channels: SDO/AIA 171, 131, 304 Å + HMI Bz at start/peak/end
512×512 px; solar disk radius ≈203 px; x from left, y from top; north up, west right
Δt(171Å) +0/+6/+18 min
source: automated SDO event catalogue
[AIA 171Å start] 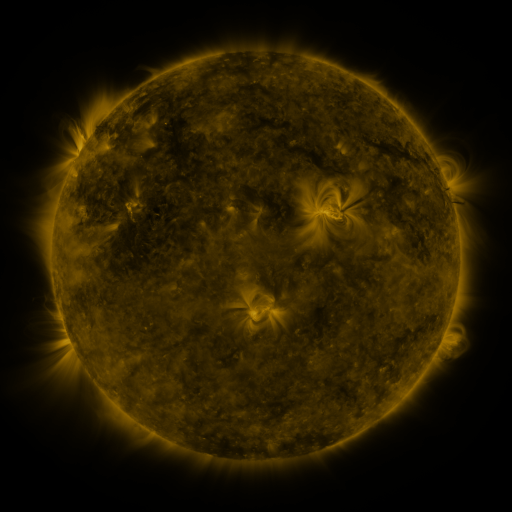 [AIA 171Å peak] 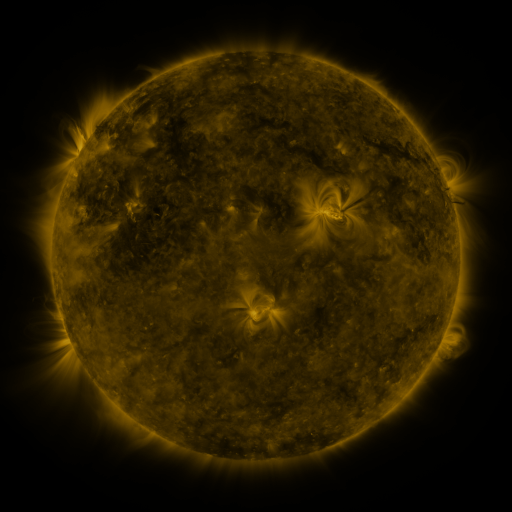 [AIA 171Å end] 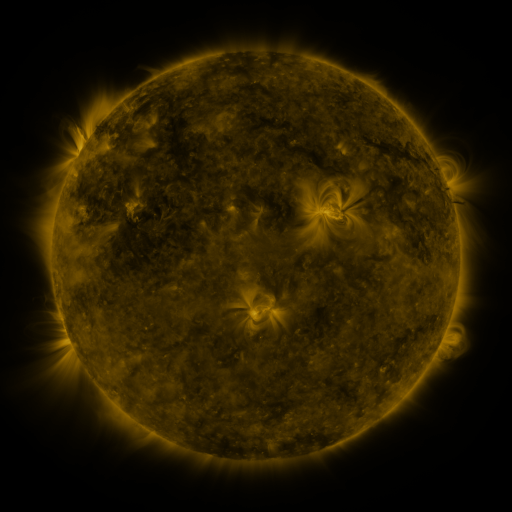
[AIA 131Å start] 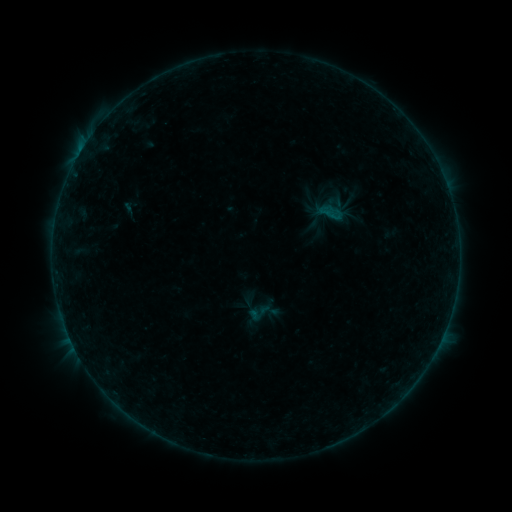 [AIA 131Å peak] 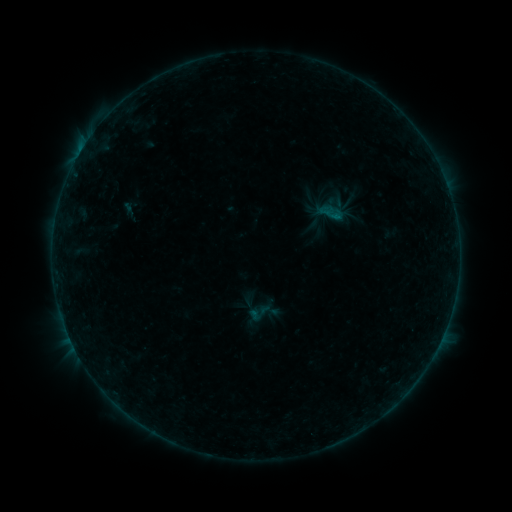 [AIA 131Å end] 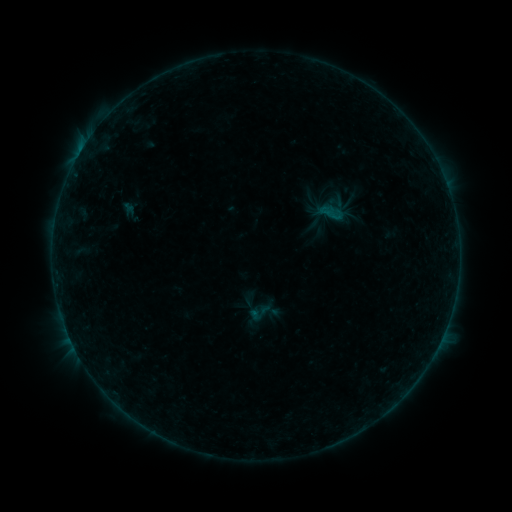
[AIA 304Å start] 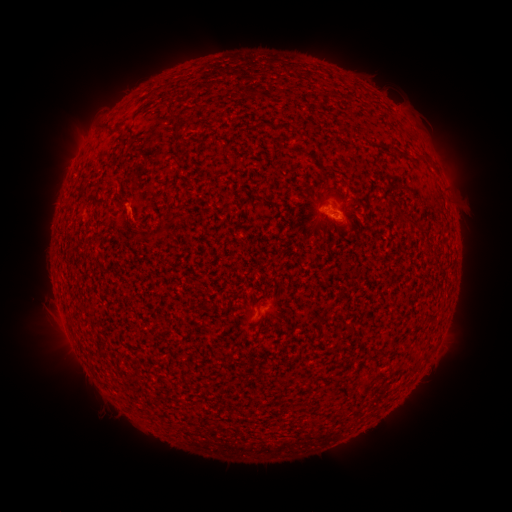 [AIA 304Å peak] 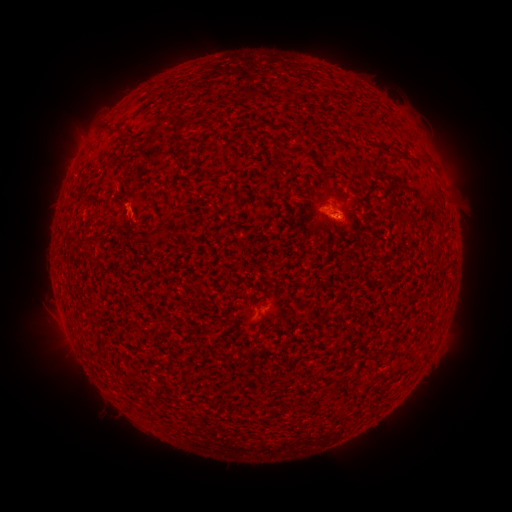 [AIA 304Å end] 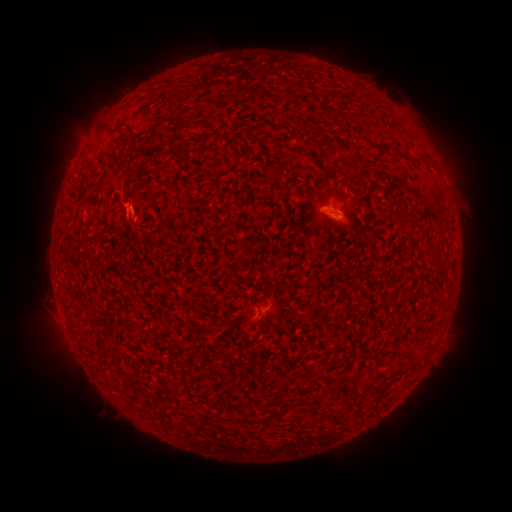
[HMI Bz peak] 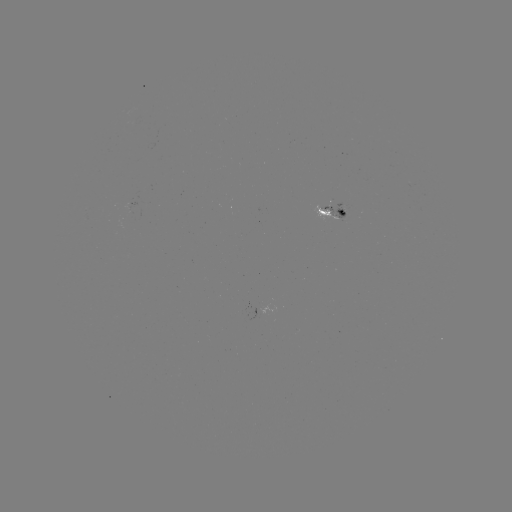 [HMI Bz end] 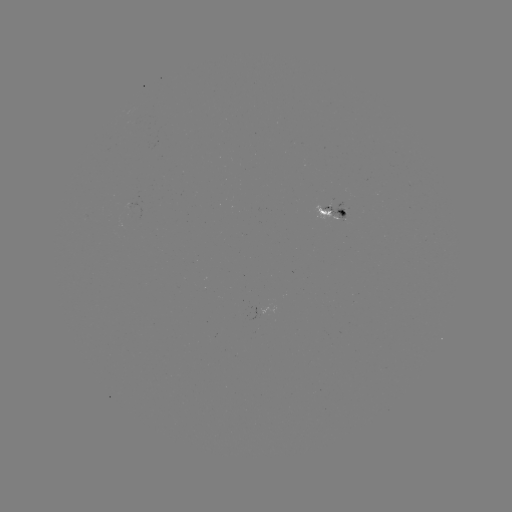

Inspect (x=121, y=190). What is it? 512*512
eruption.